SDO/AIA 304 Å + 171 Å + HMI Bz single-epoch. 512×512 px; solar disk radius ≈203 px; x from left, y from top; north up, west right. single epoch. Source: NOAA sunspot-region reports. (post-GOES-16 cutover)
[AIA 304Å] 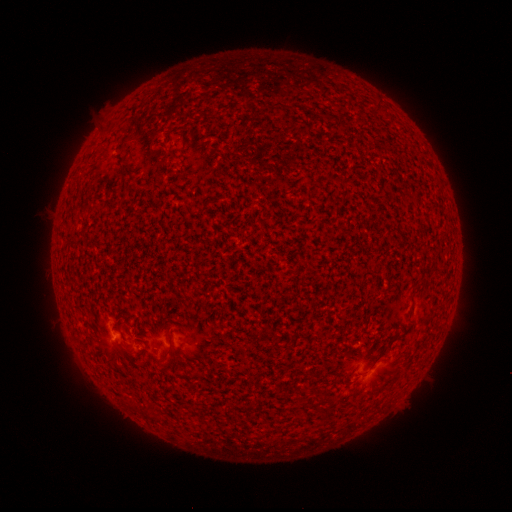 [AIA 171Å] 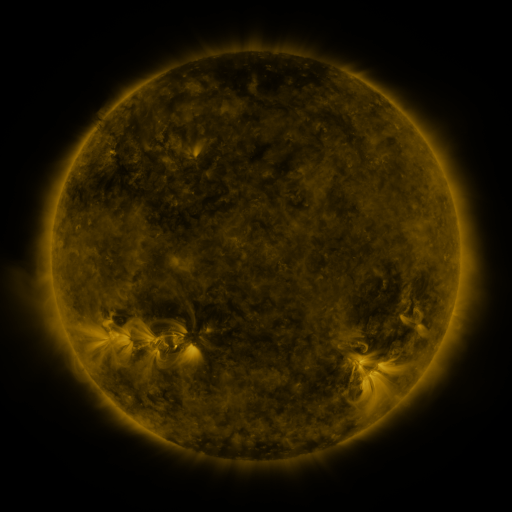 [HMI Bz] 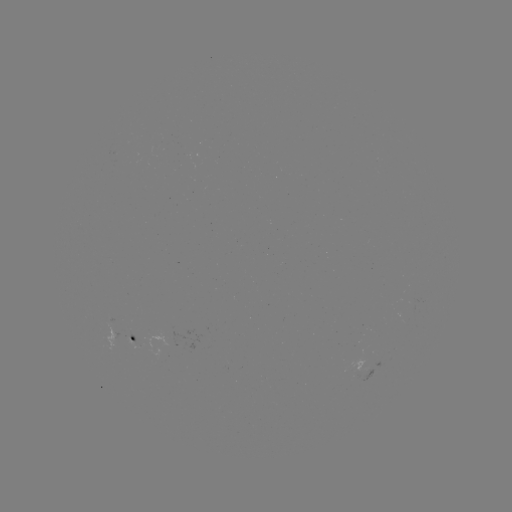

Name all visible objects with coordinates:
spotted active region: (134, 337)
